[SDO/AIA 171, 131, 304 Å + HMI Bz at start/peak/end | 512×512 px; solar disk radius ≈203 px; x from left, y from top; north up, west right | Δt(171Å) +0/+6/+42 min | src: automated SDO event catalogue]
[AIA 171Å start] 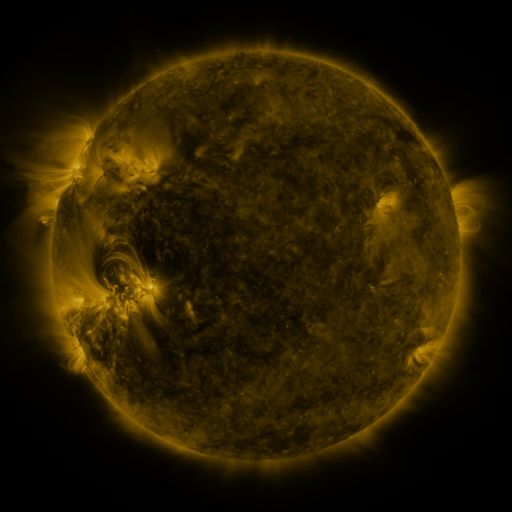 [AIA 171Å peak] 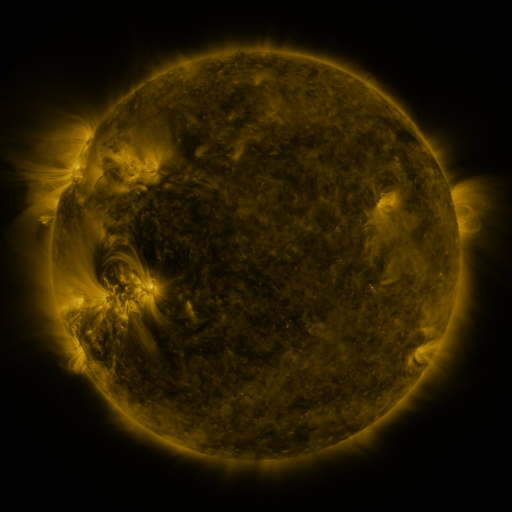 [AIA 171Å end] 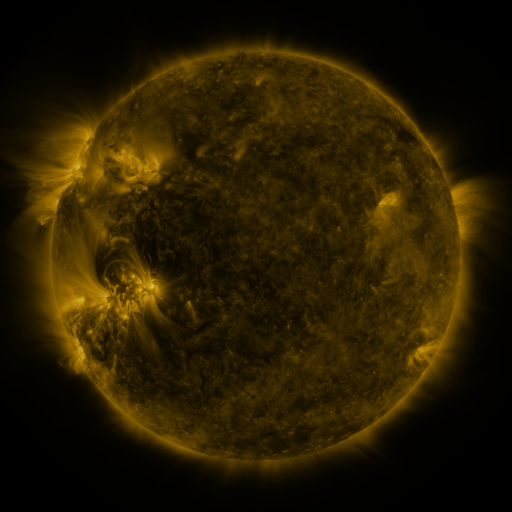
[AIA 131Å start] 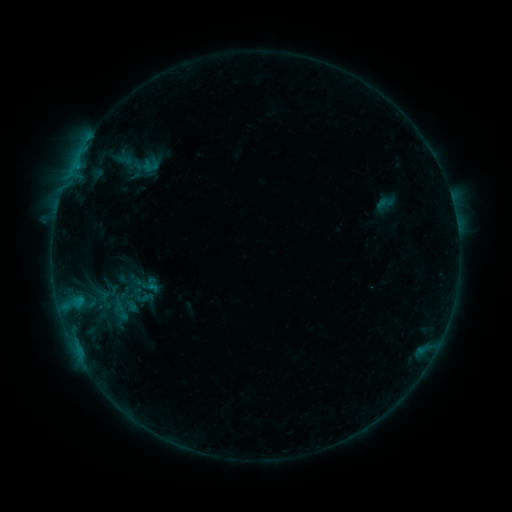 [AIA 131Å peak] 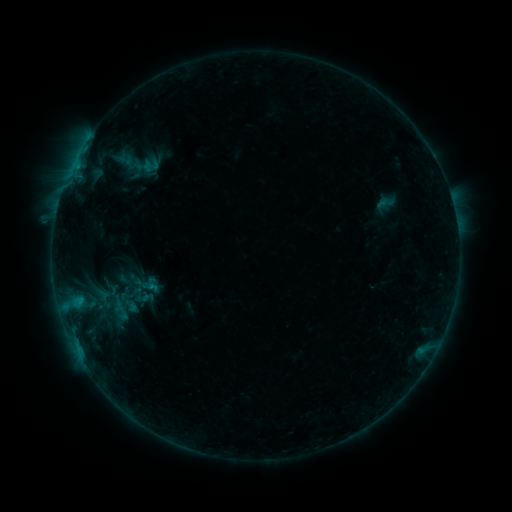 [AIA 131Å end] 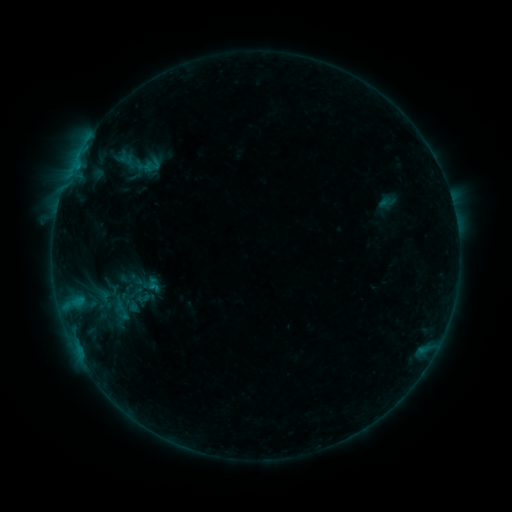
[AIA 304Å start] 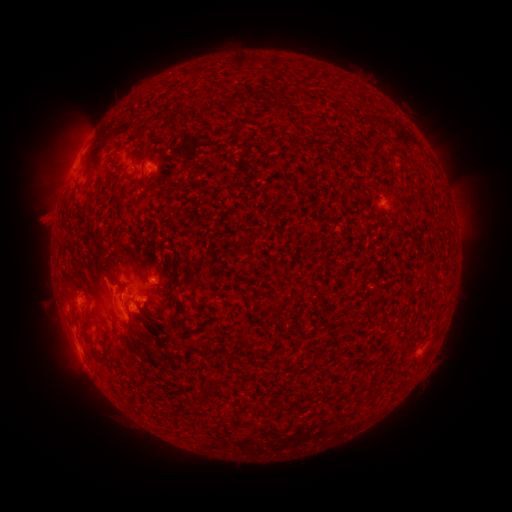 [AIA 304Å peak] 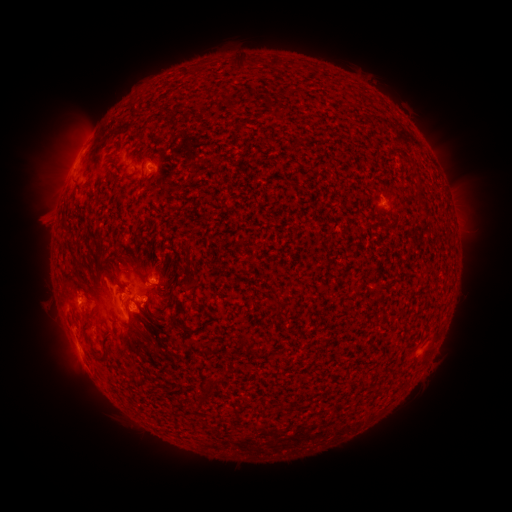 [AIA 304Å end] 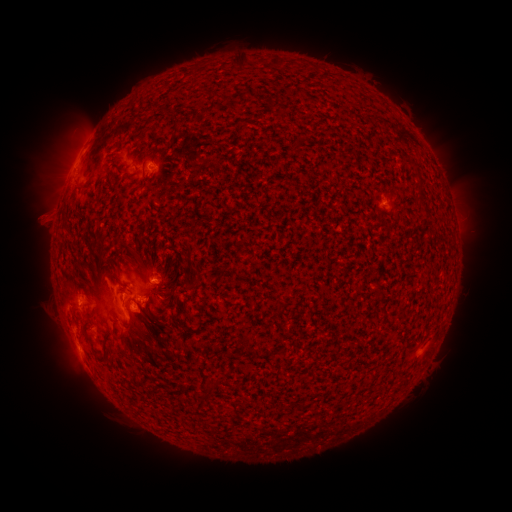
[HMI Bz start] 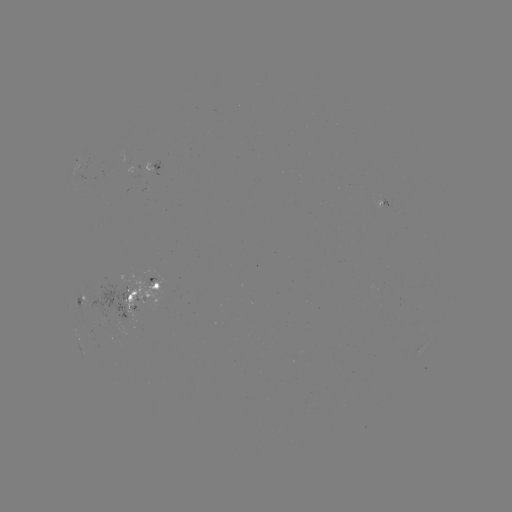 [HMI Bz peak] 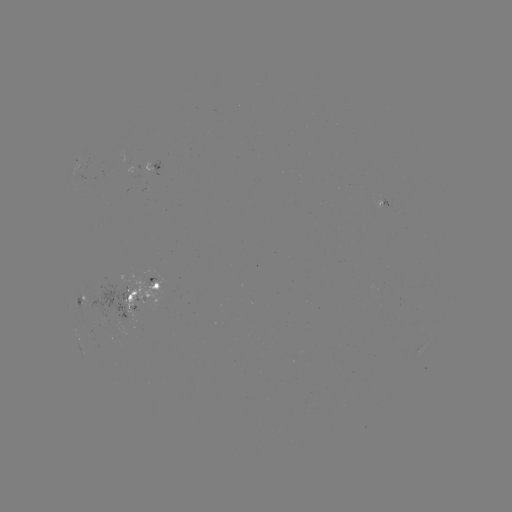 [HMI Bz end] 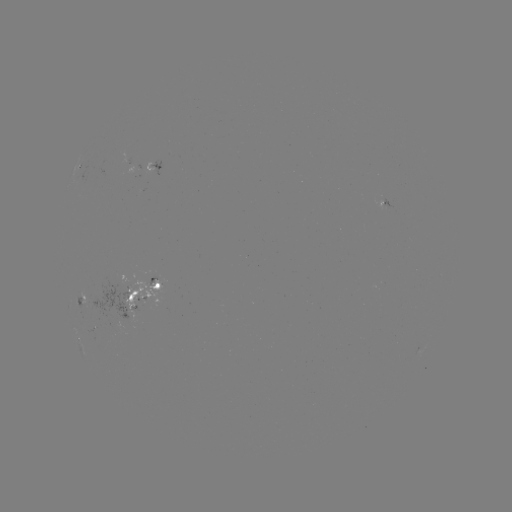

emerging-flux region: (141, 291, 155, 299)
